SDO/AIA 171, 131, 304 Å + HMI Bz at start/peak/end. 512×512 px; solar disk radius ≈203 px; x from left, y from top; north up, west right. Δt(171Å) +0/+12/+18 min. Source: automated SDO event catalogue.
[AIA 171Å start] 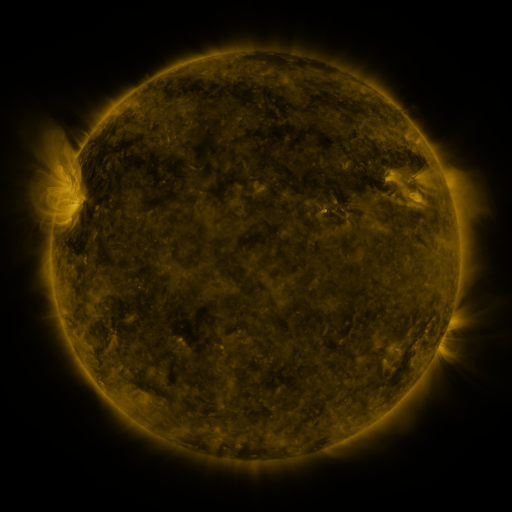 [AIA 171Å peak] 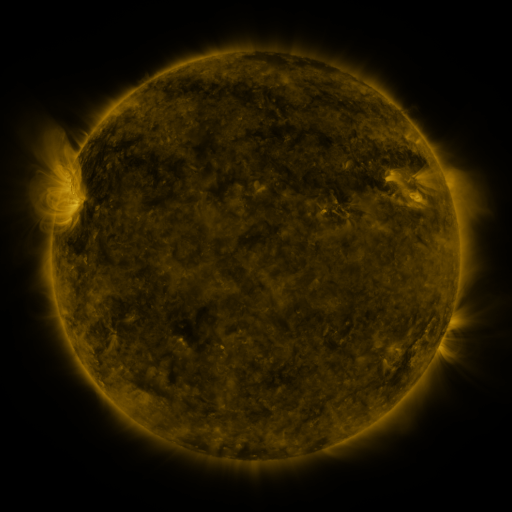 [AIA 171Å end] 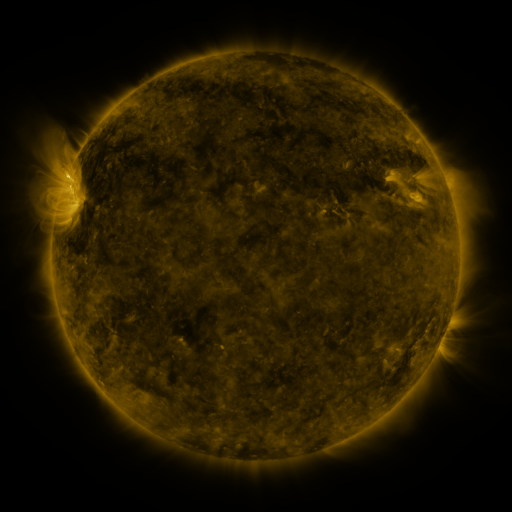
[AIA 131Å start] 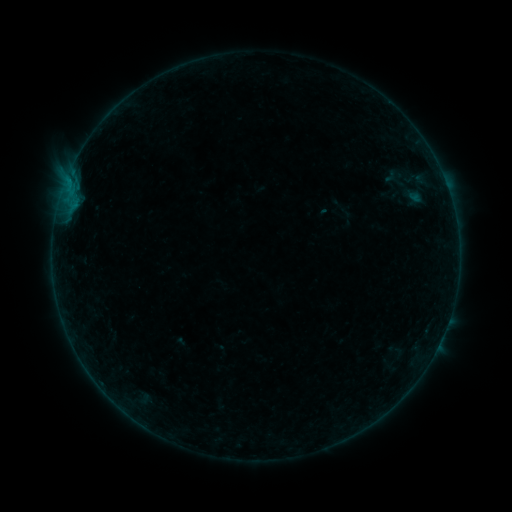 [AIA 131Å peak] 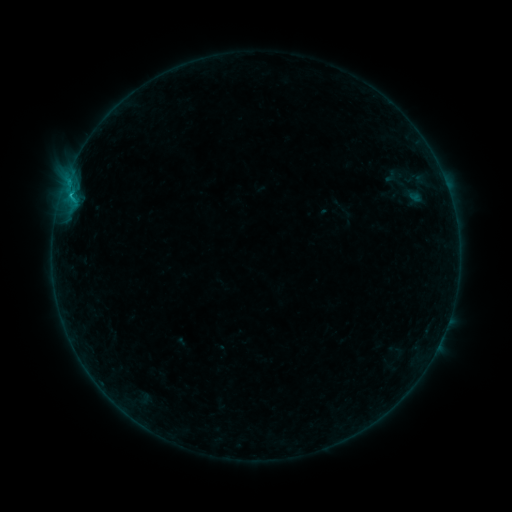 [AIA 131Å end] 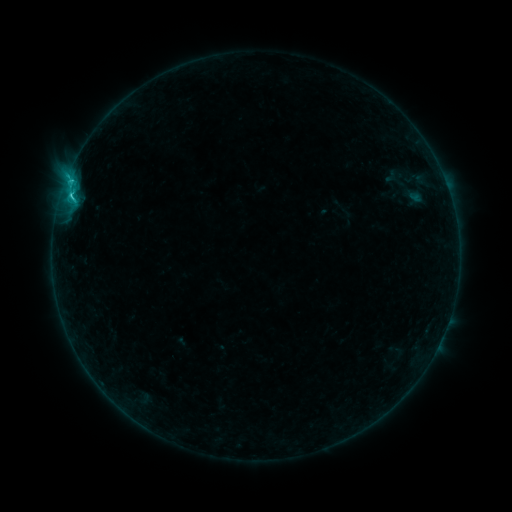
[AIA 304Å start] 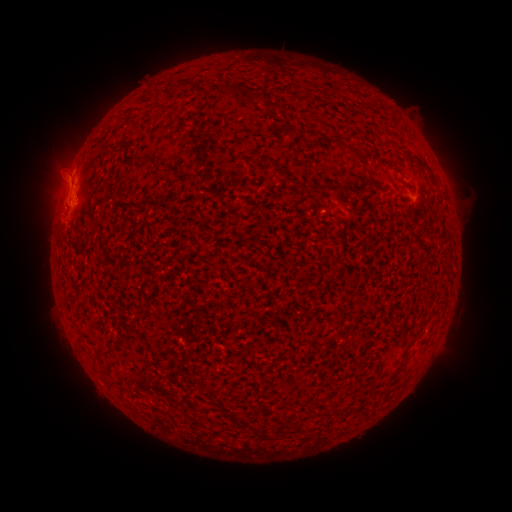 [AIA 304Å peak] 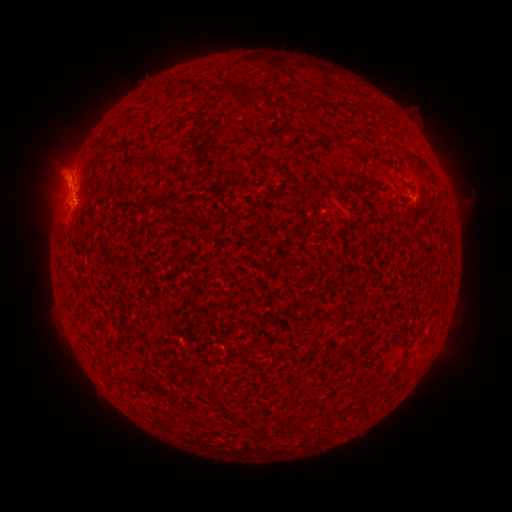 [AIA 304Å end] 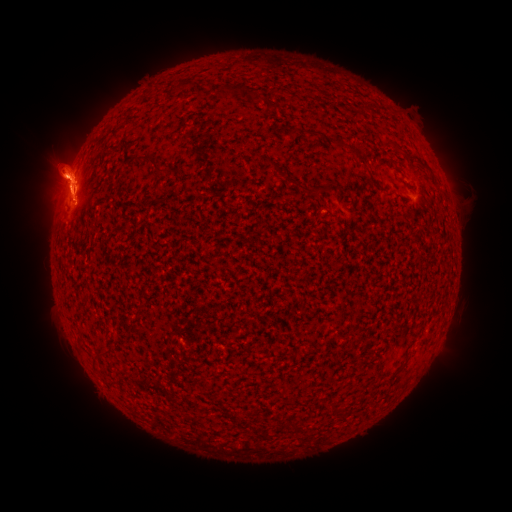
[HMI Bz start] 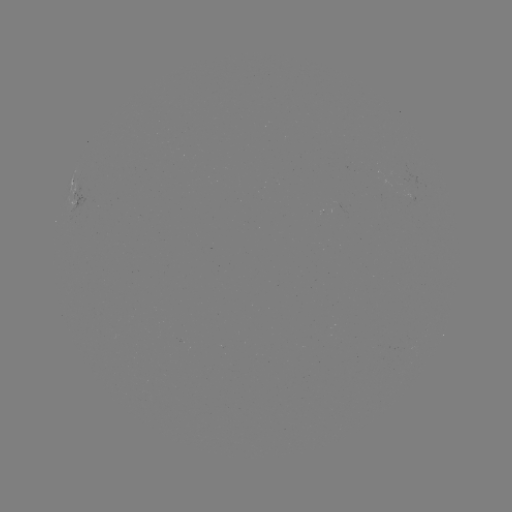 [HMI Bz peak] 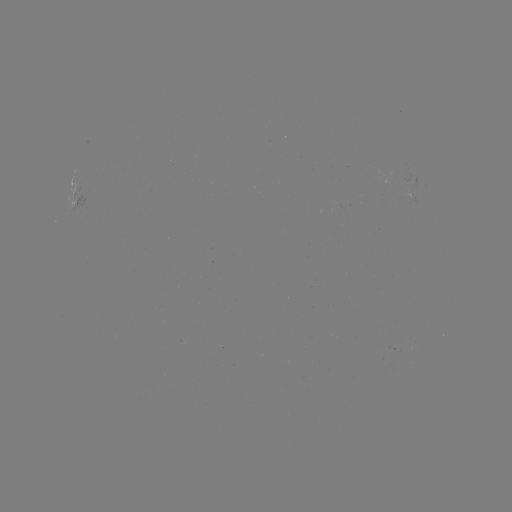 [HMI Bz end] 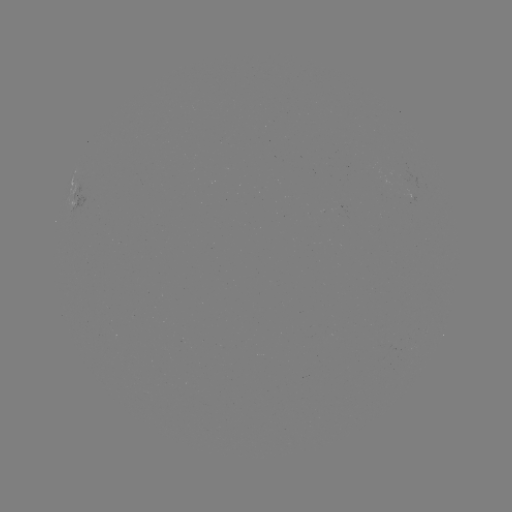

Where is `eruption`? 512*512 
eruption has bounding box [0, 86, 145, 259].